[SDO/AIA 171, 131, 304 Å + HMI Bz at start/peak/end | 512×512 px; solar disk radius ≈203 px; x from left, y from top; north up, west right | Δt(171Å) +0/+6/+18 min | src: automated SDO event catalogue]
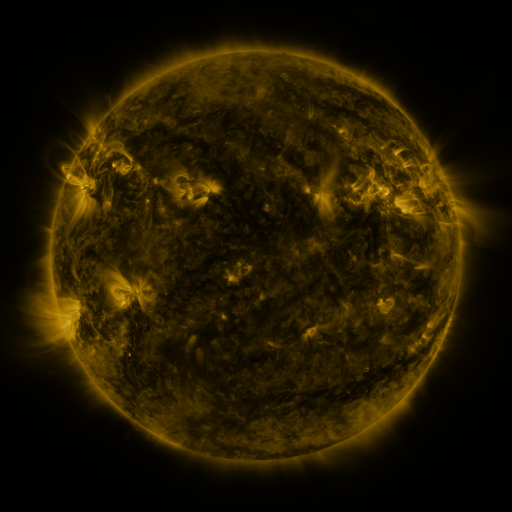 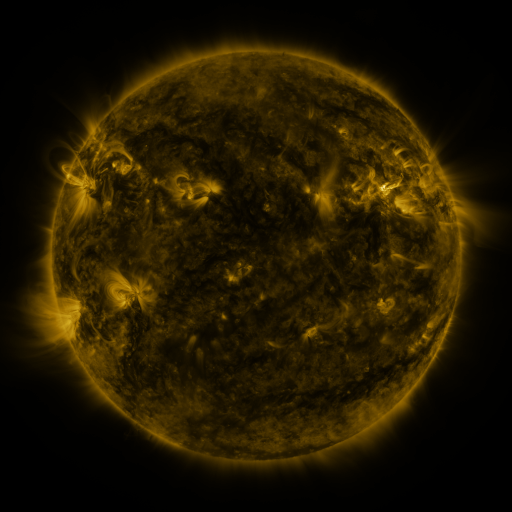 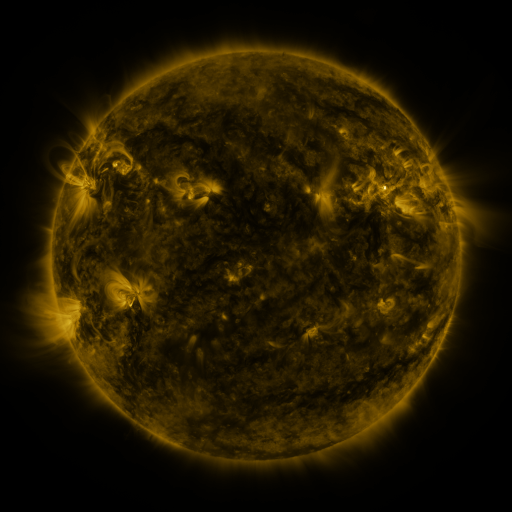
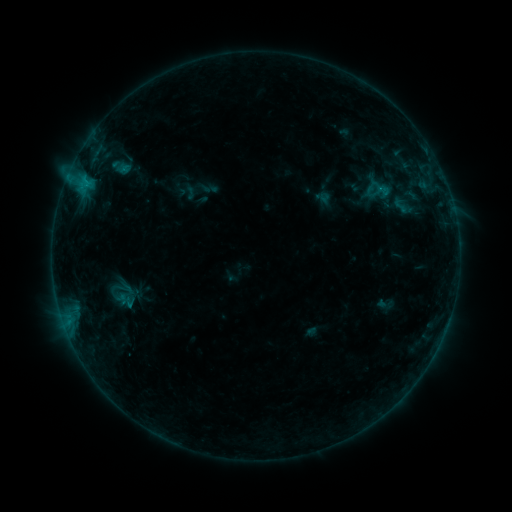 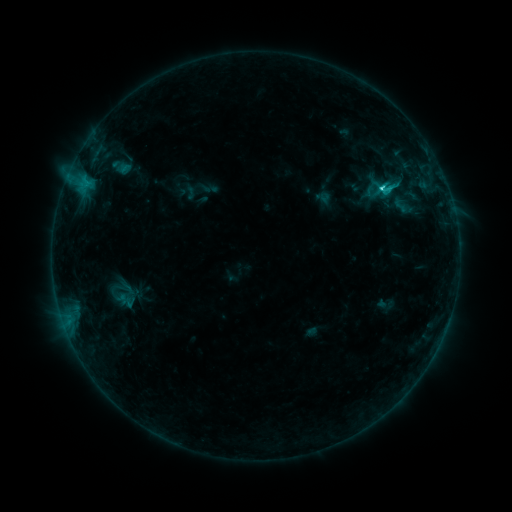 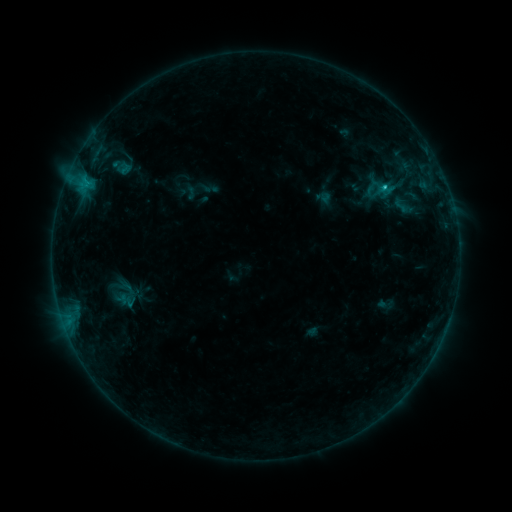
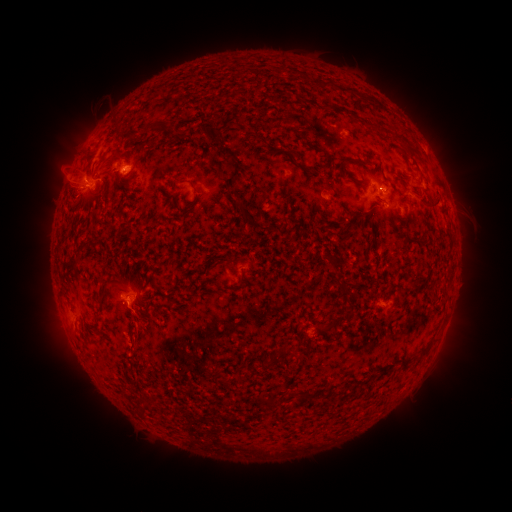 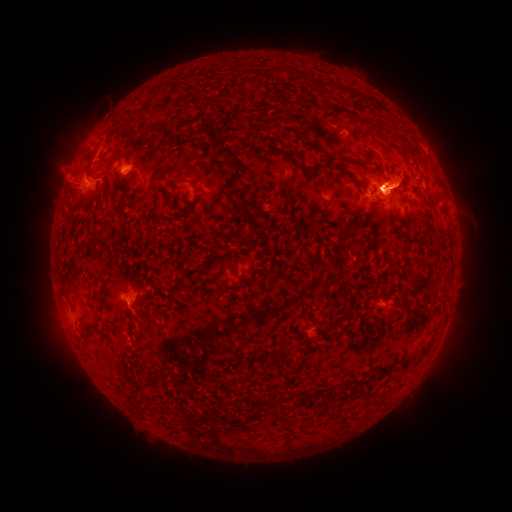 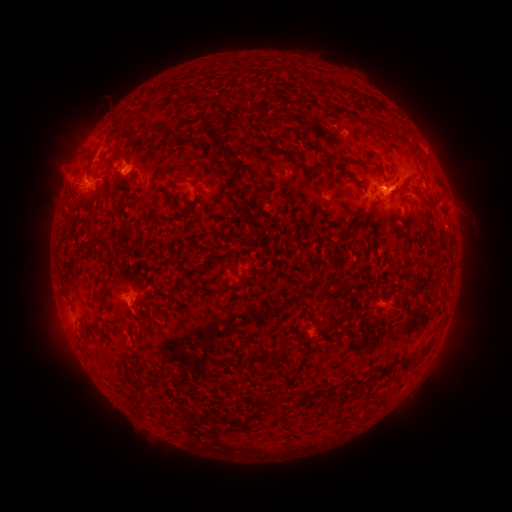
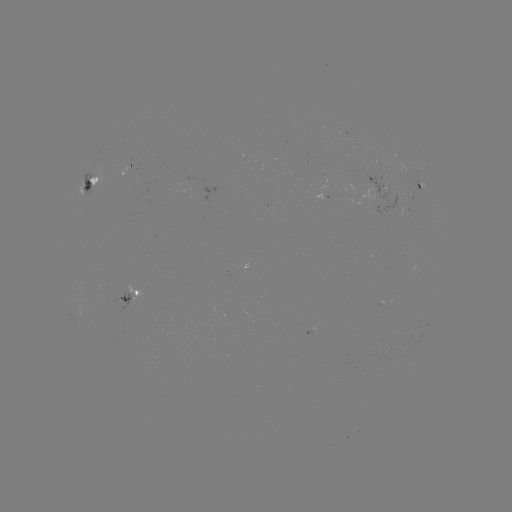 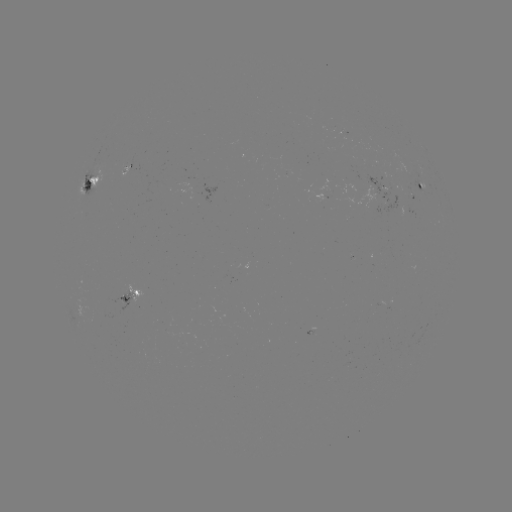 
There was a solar eruption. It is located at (448, 180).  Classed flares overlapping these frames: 1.